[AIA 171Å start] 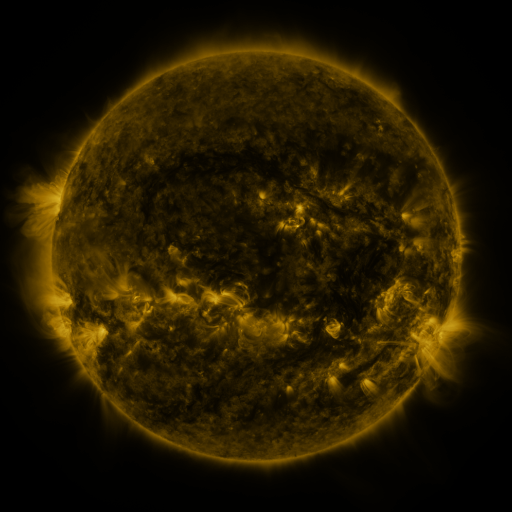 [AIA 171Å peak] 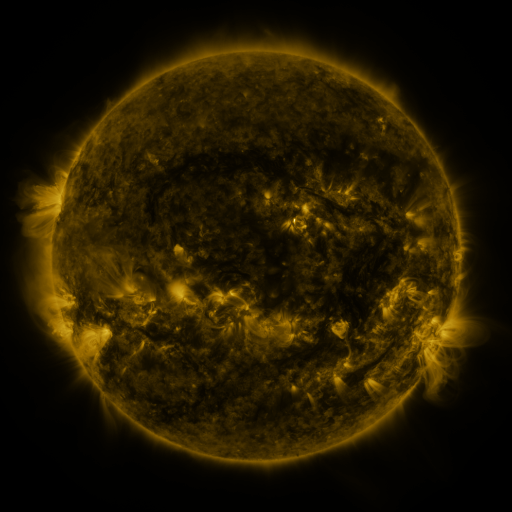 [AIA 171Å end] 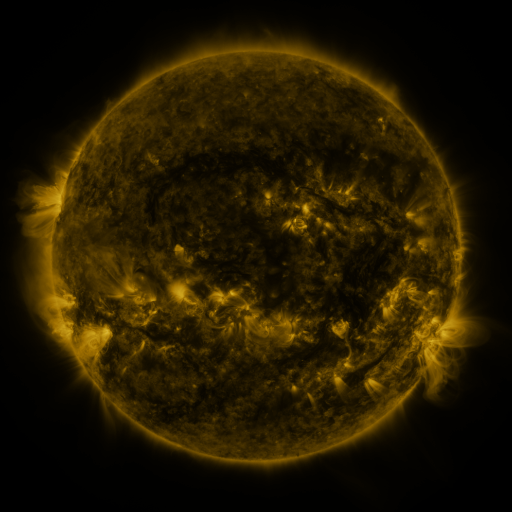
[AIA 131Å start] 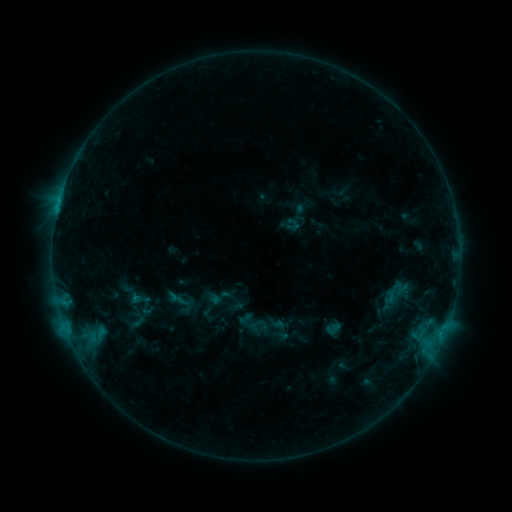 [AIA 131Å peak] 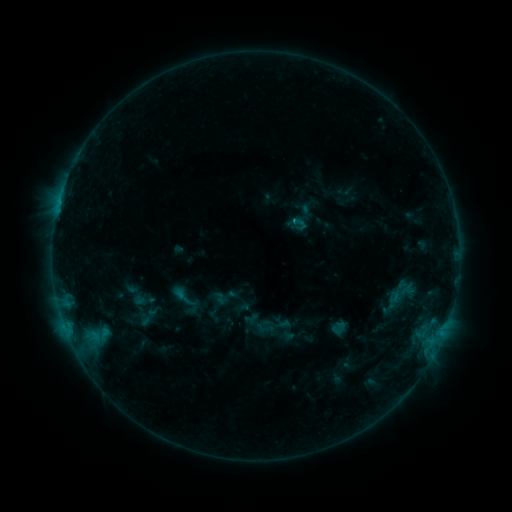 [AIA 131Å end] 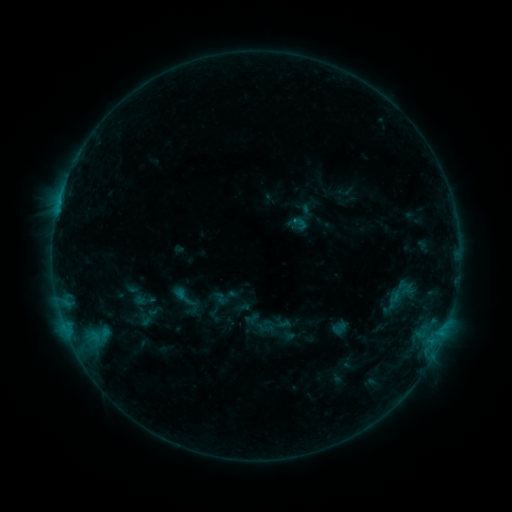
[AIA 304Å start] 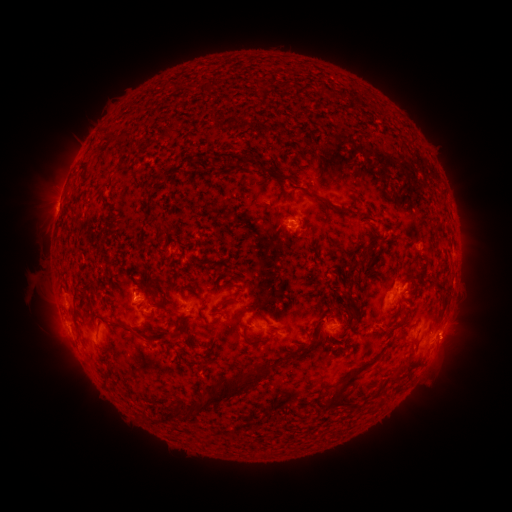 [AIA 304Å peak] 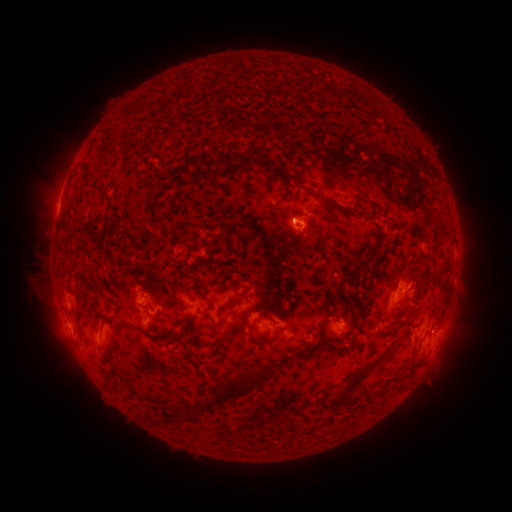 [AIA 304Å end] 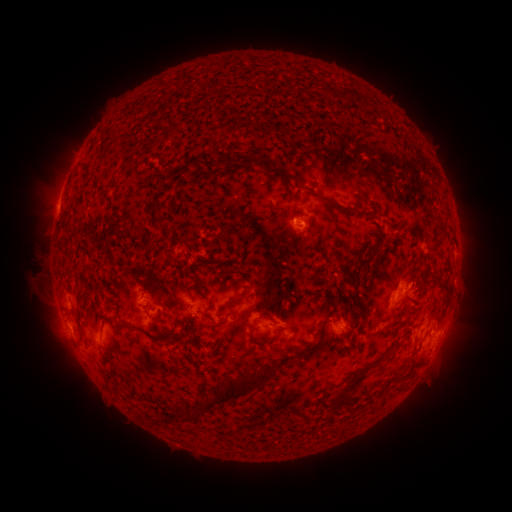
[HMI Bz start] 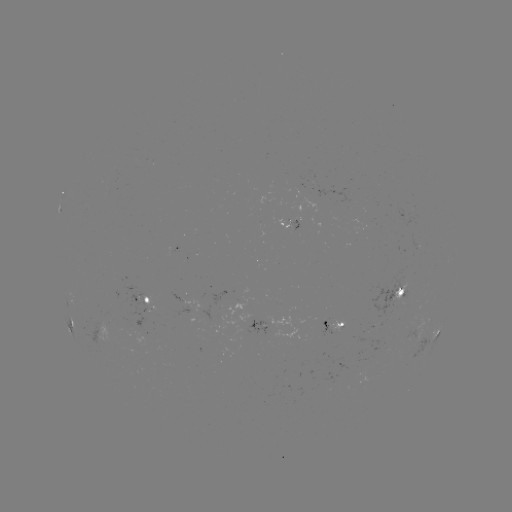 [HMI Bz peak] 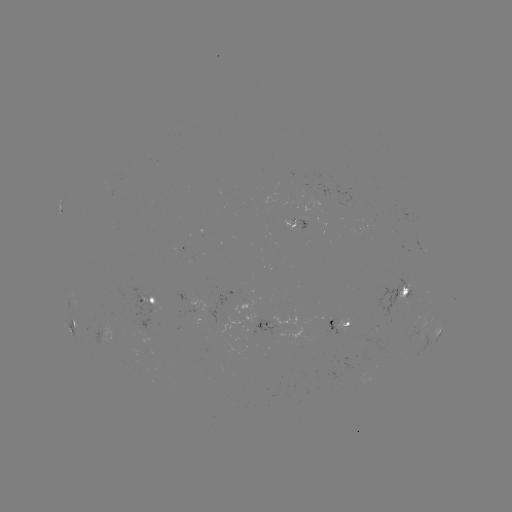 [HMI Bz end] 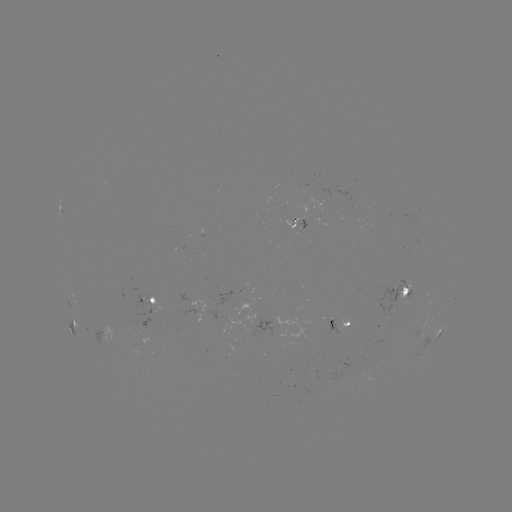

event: emerging-flux region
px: (303, 221)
